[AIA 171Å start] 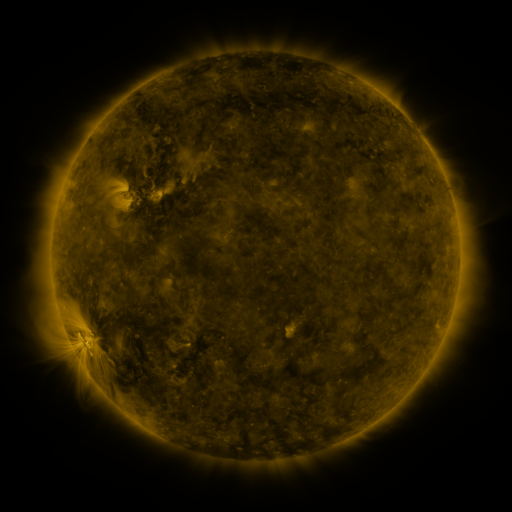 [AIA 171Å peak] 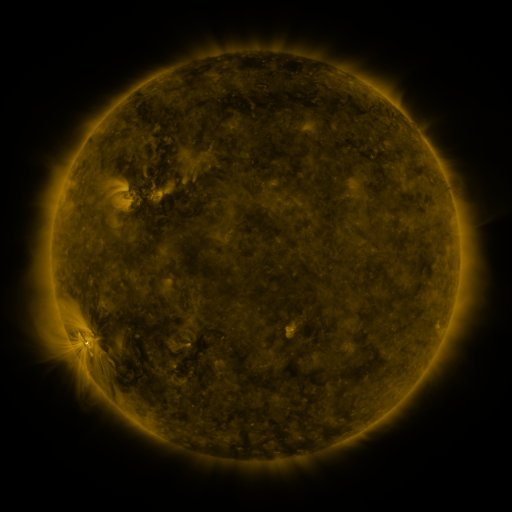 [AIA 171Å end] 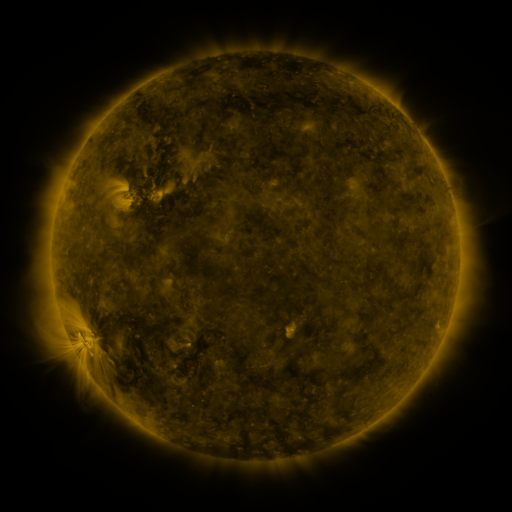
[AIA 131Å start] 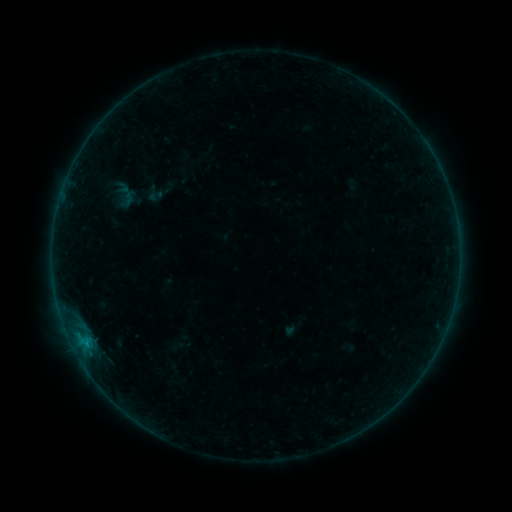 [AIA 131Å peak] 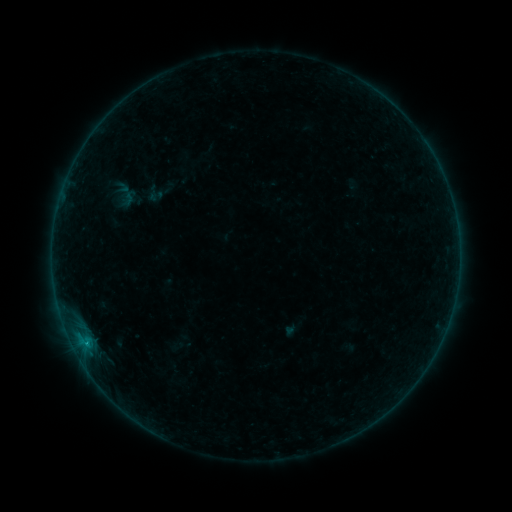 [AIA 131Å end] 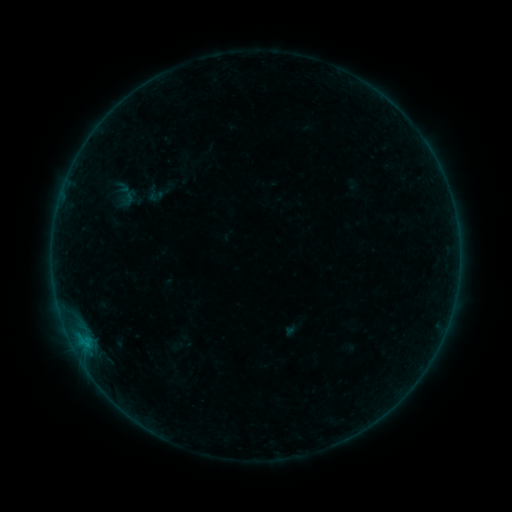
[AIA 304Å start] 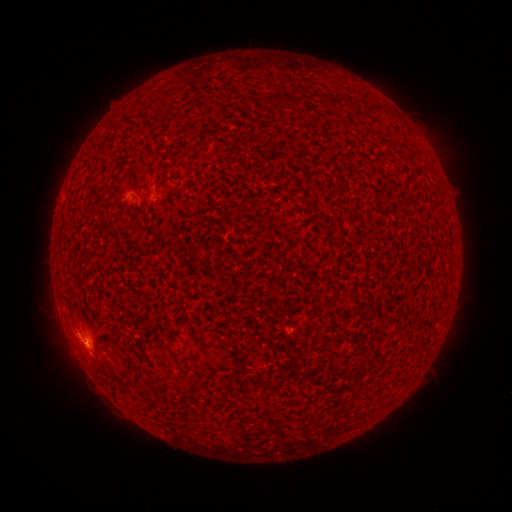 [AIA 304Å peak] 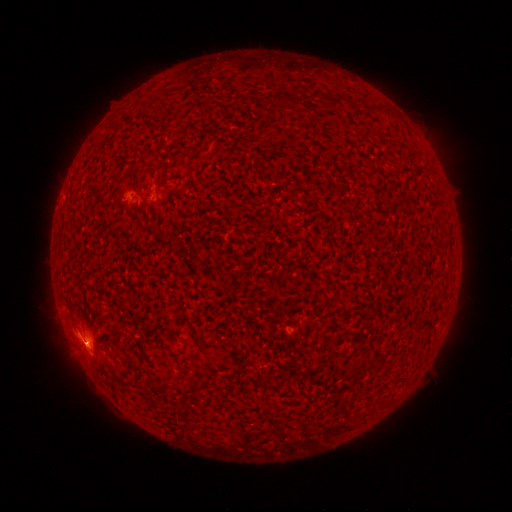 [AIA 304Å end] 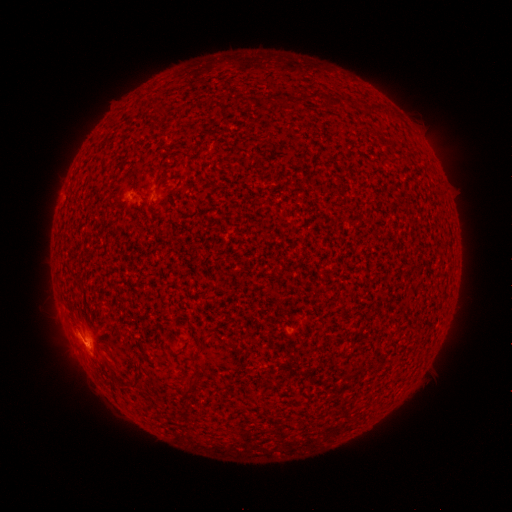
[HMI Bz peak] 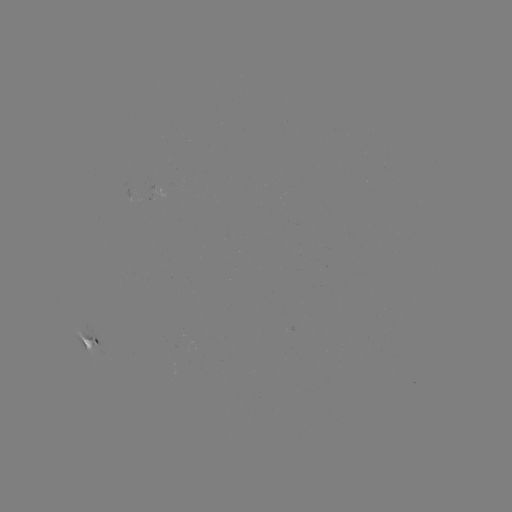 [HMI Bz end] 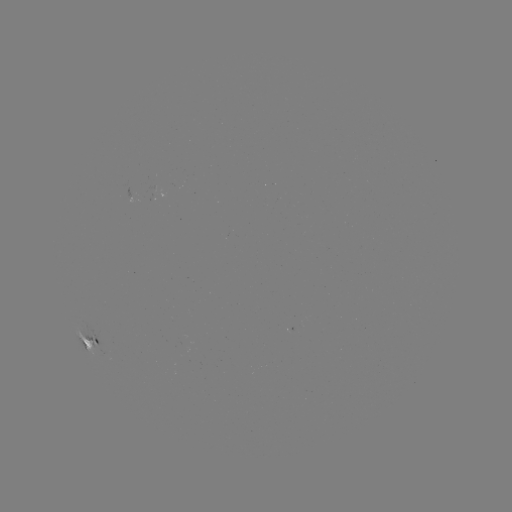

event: flare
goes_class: B3.5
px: (87, 344)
